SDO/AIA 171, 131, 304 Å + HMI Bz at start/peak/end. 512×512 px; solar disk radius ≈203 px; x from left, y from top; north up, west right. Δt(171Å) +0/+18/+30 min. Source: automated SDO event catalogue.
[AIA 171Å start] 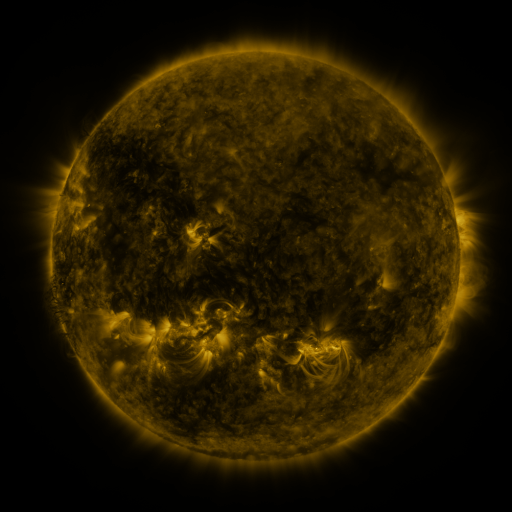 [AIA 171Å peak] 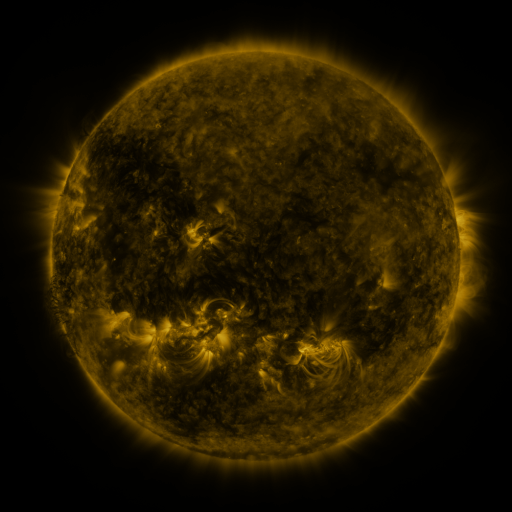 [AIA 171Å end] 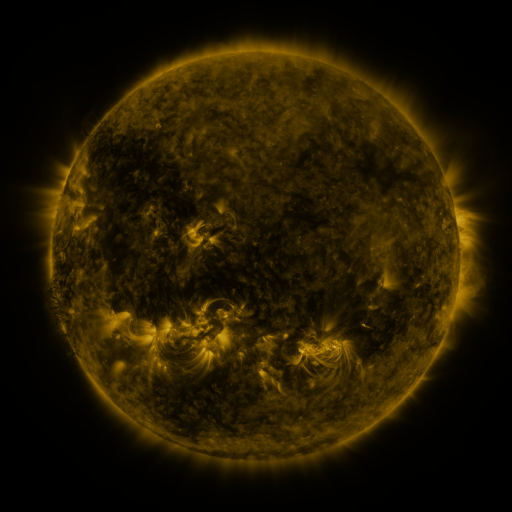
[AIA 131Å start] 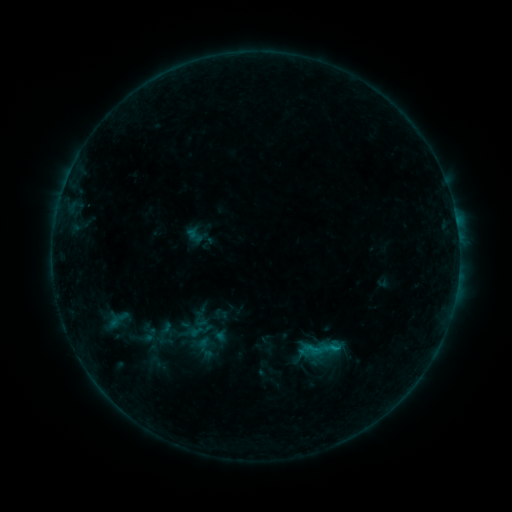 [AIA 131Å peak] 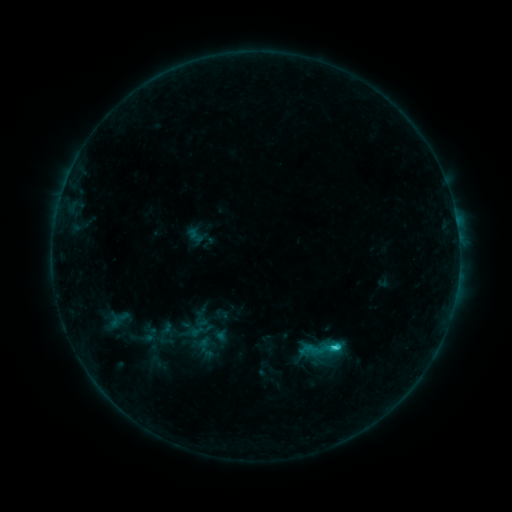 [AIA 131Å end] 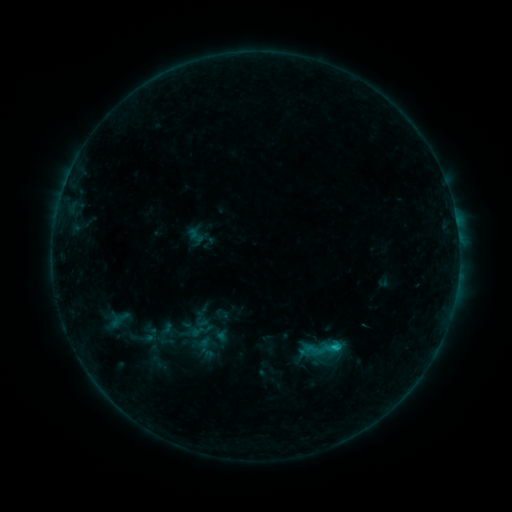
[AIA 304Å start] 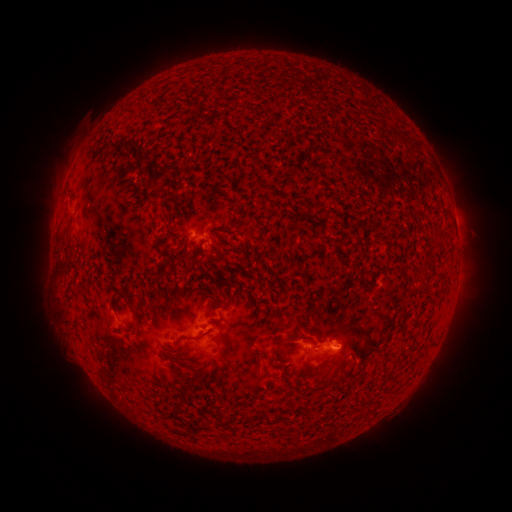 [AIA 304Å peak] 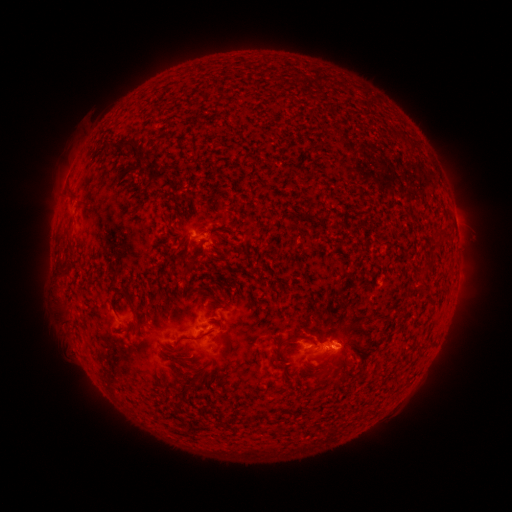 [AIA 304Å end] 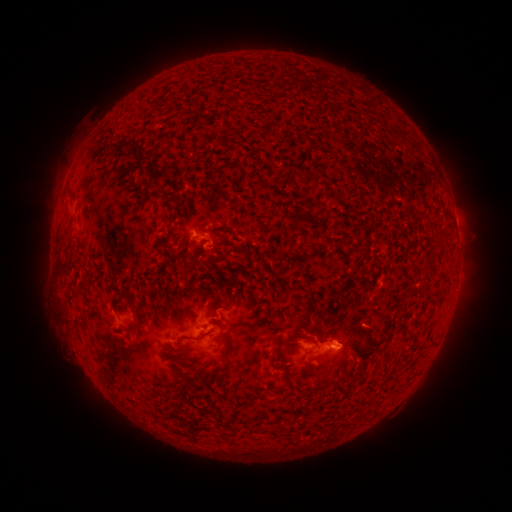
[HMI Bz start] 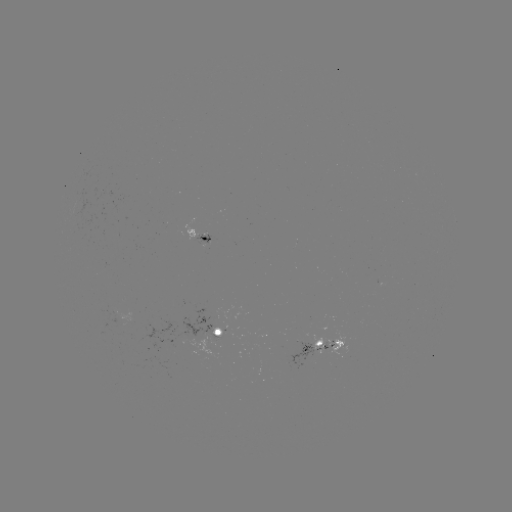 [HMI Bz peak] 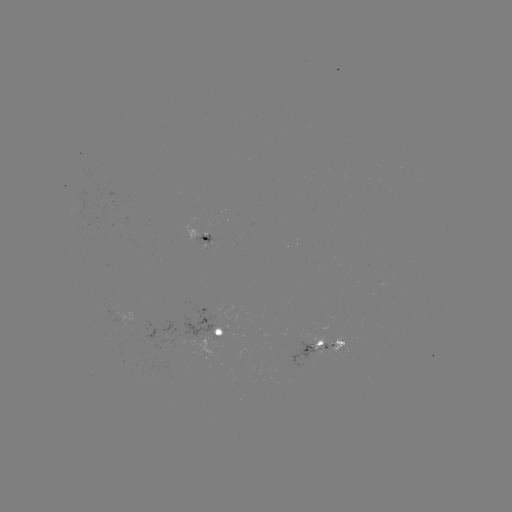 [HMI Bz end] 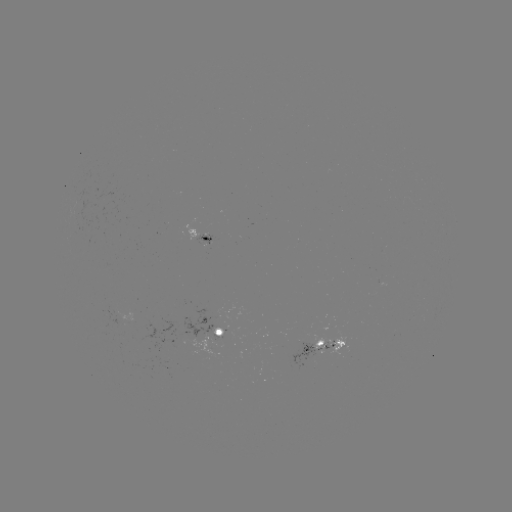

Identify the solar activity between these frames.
C1.4 flare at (333, 346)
